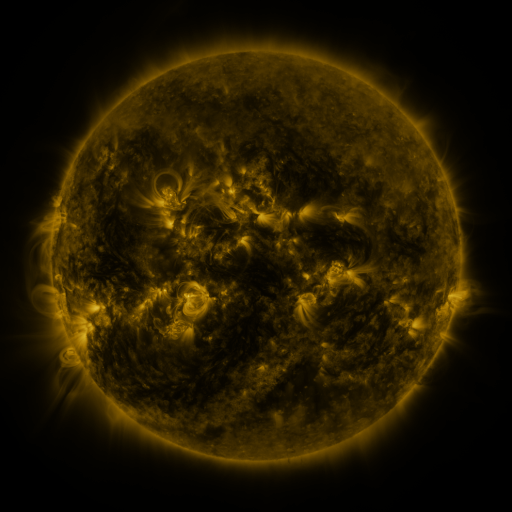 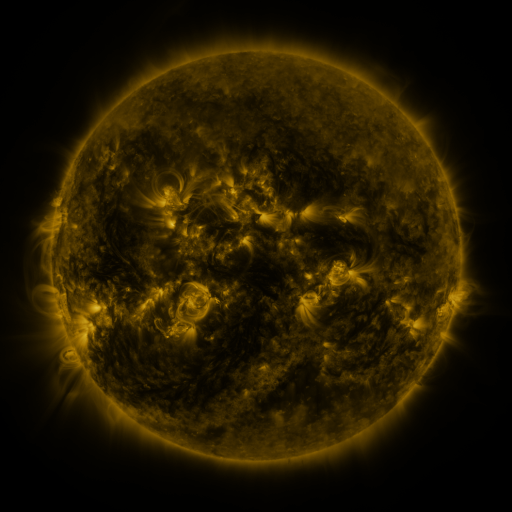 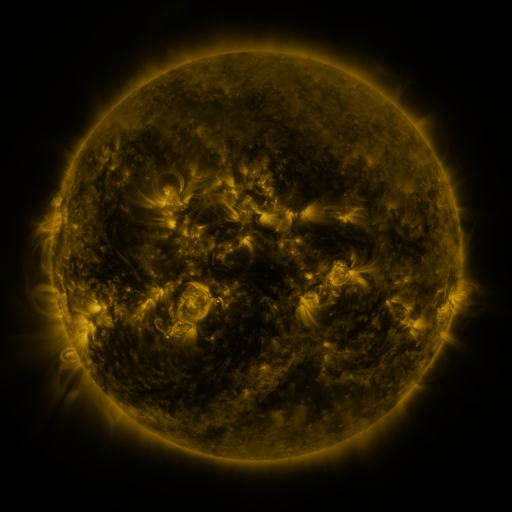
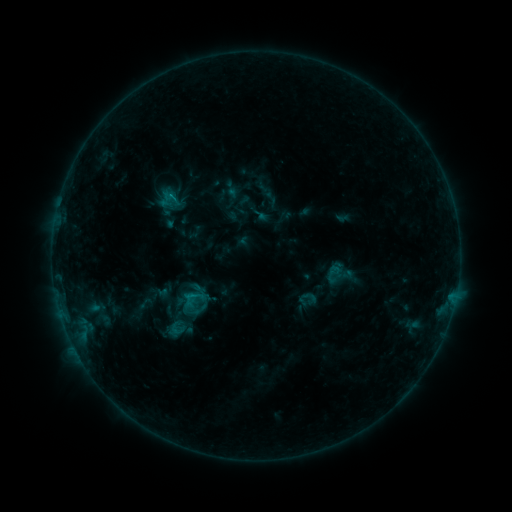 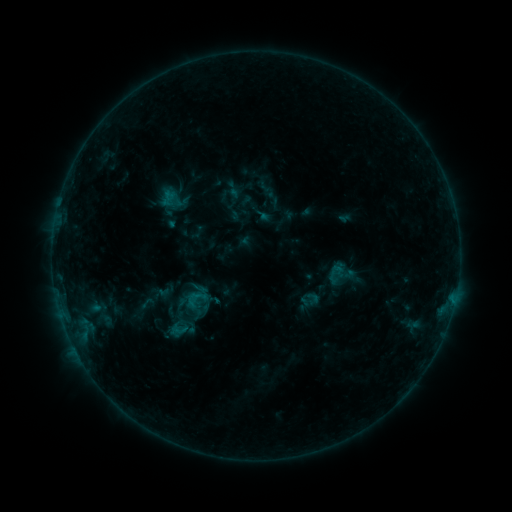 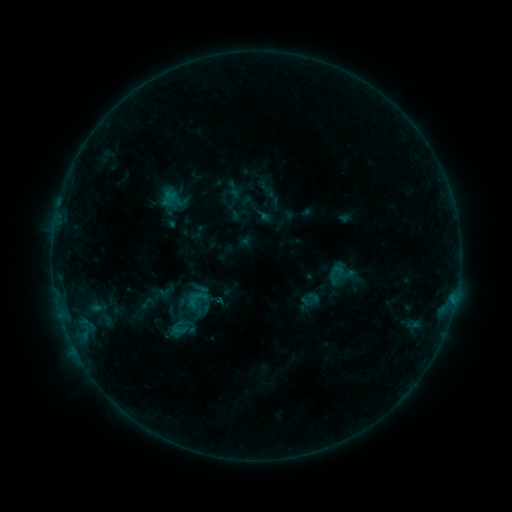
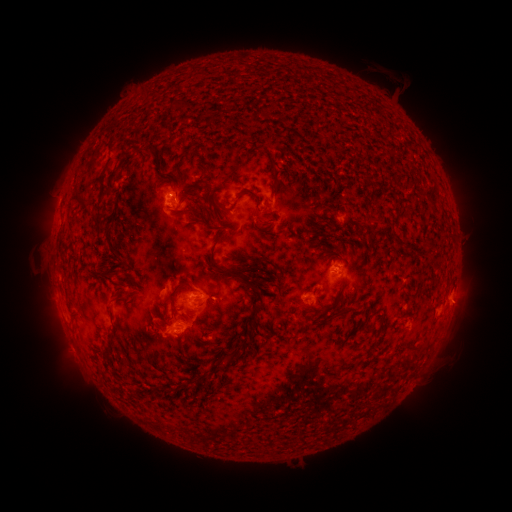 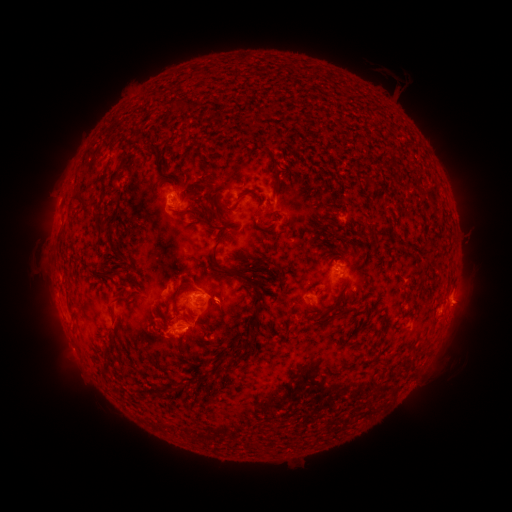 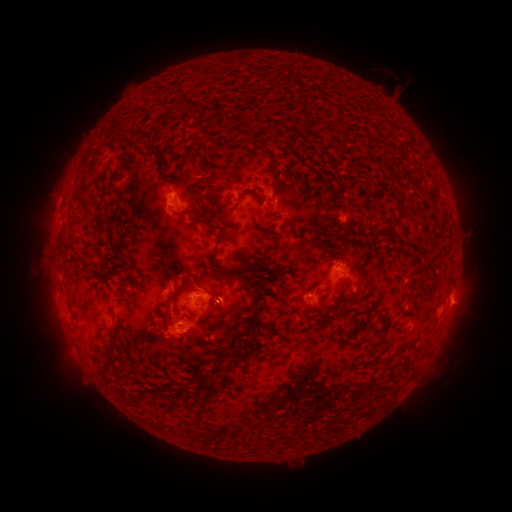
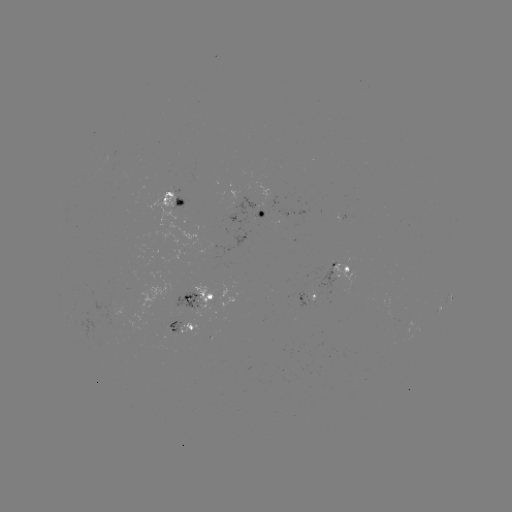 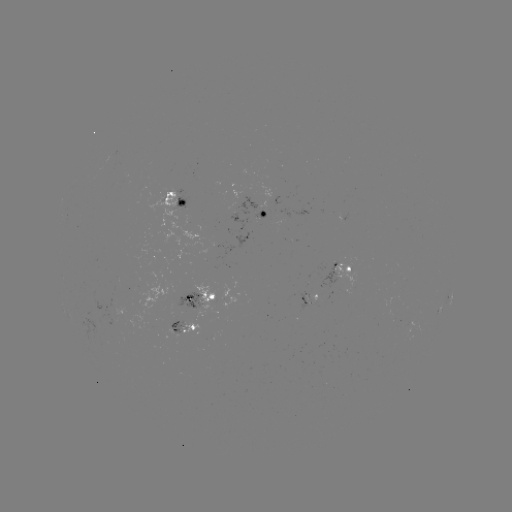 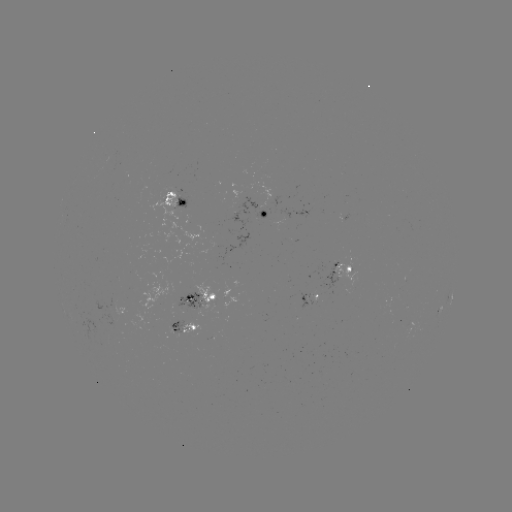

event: emerging-flux region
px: (268, 198)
